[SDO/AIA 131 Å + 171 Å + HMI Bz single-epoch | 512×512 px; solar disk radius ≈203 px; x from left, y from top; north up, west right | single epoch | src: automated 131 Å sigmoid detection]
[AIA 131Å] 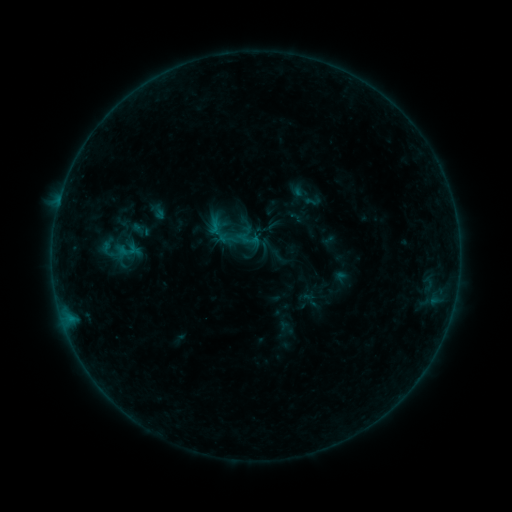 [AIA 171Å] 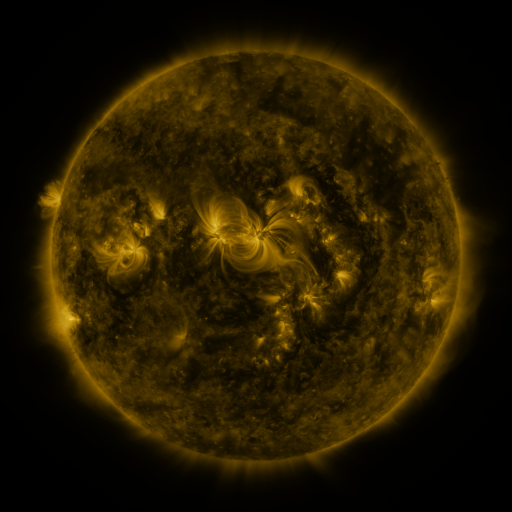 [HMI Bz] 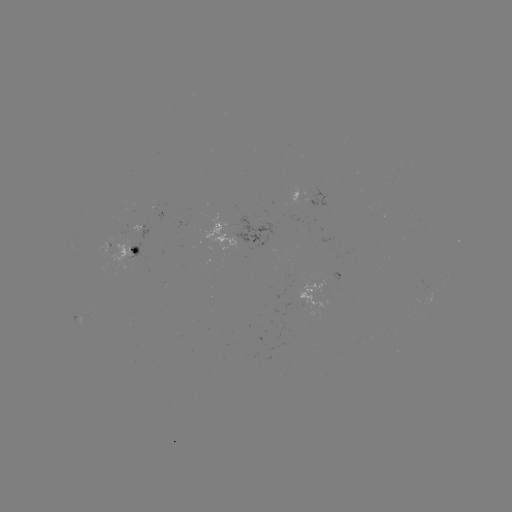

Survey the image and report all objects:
sigmoid: (312, 201)
